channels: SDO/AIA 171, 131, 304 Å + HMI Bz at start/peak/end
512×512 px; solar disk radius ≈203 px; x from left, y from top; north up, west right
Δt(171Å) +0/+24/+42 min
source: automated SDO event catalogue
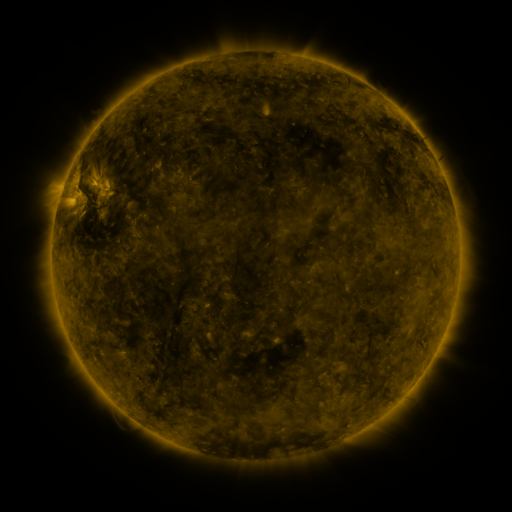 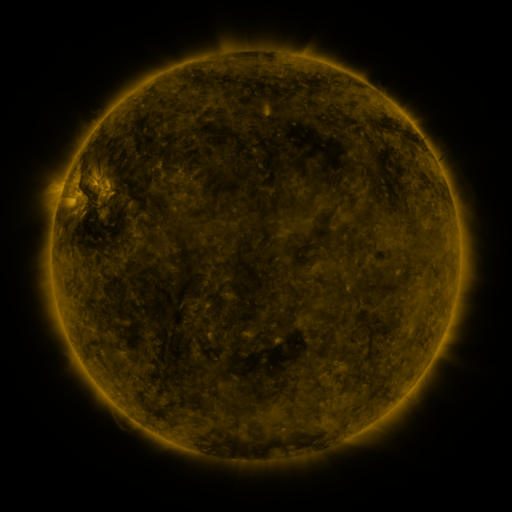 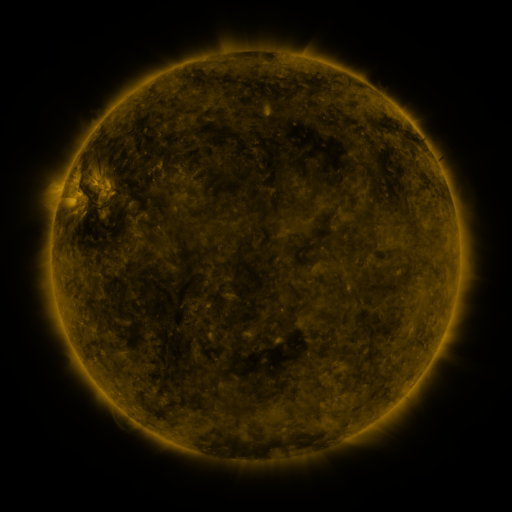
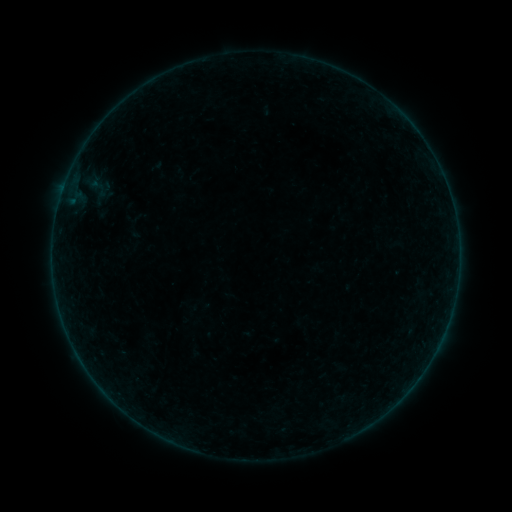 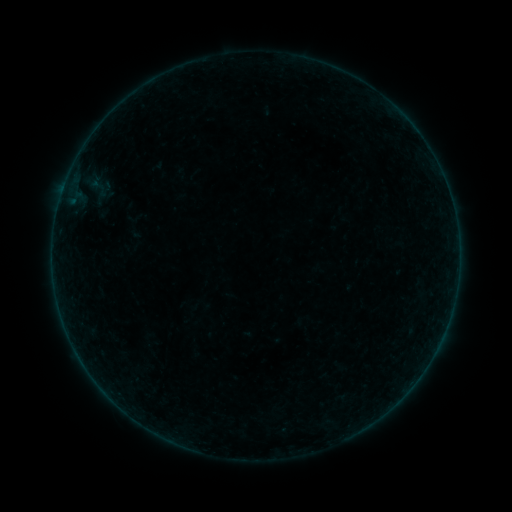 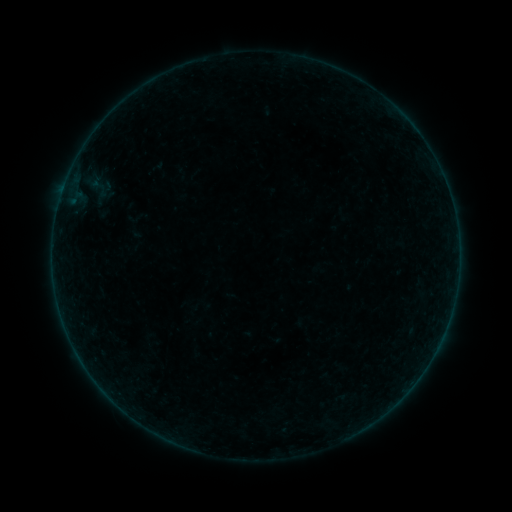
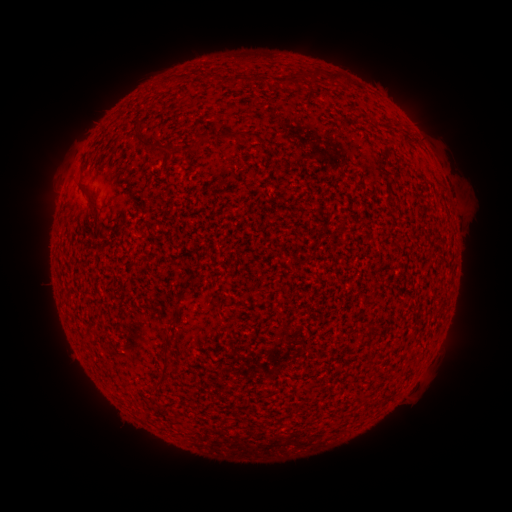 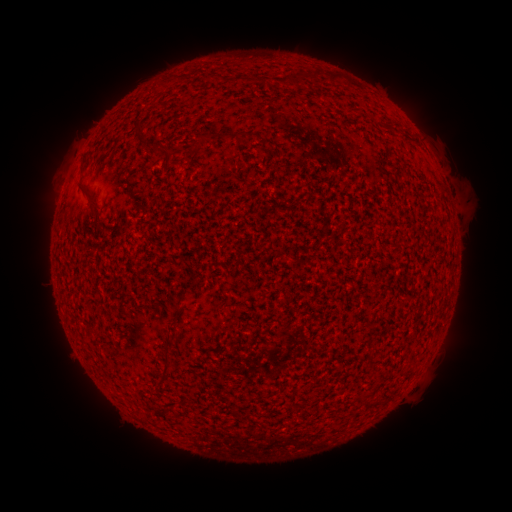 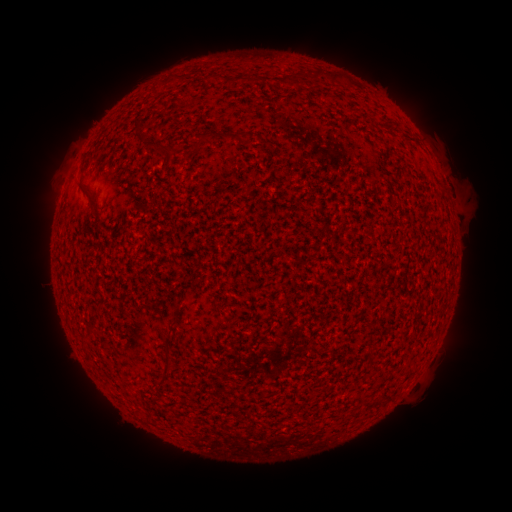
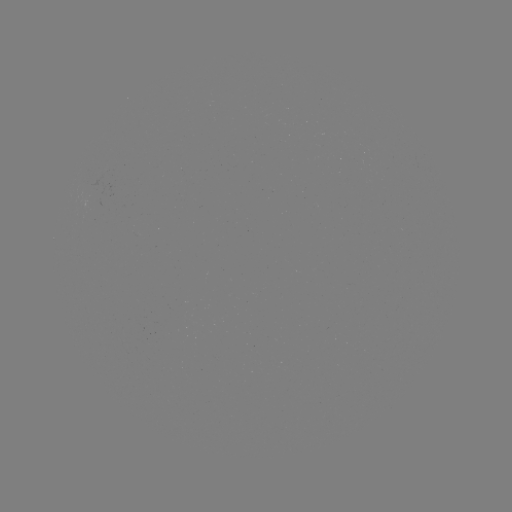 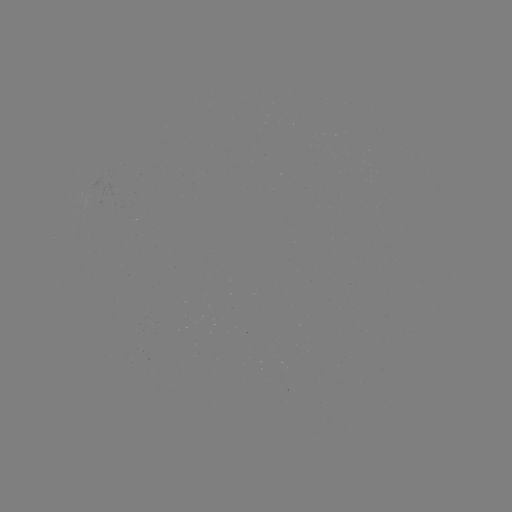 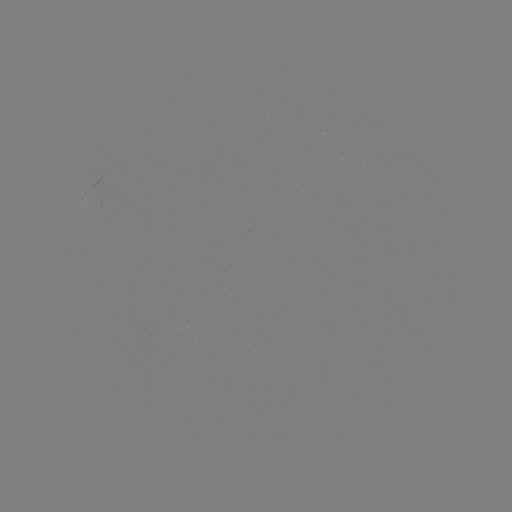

no classed flare was catalogued and no EUV brightening was flagged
